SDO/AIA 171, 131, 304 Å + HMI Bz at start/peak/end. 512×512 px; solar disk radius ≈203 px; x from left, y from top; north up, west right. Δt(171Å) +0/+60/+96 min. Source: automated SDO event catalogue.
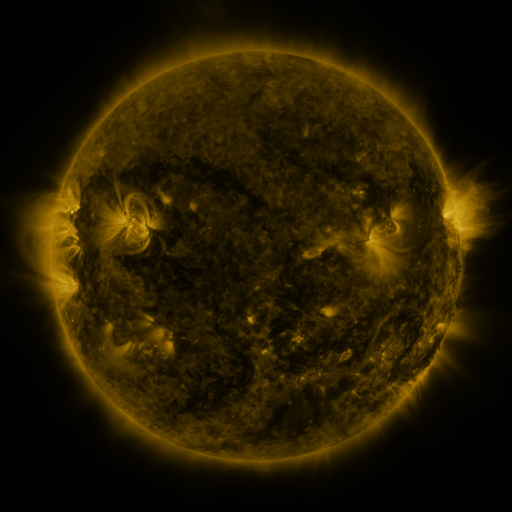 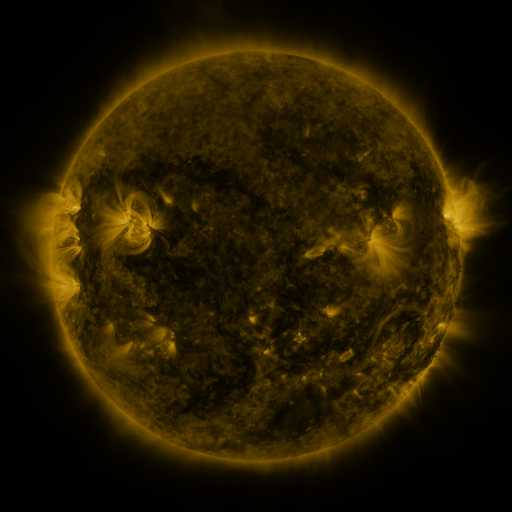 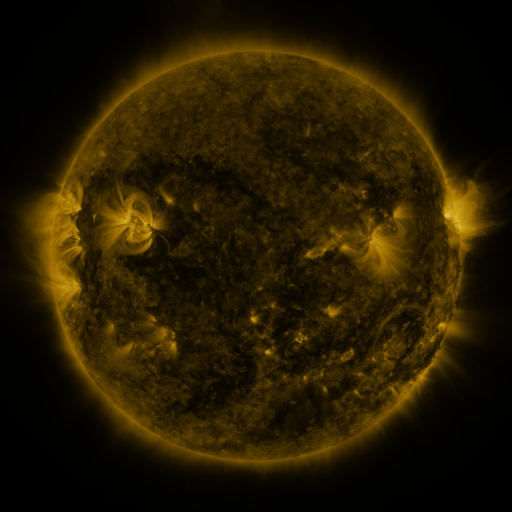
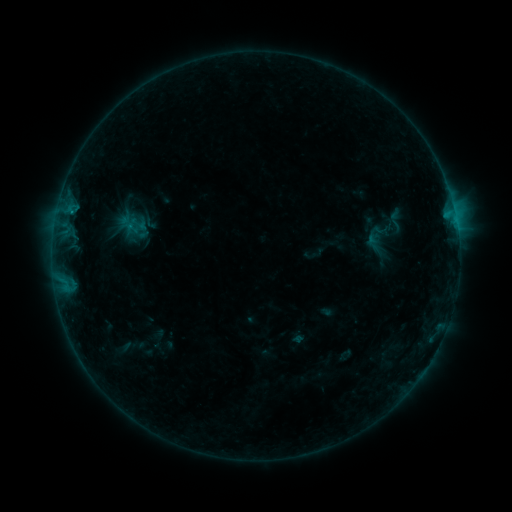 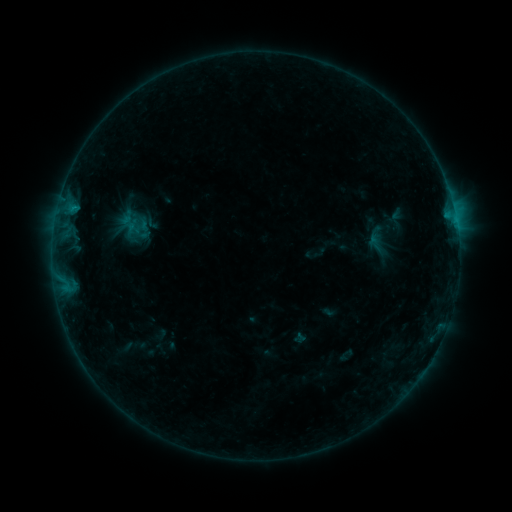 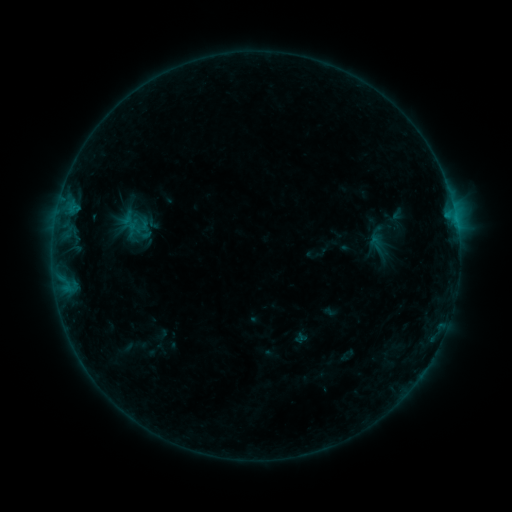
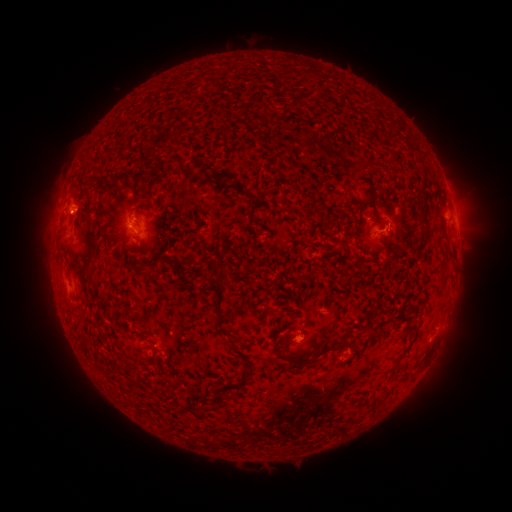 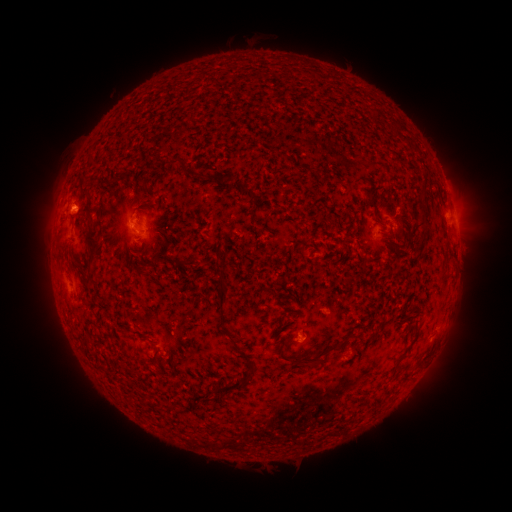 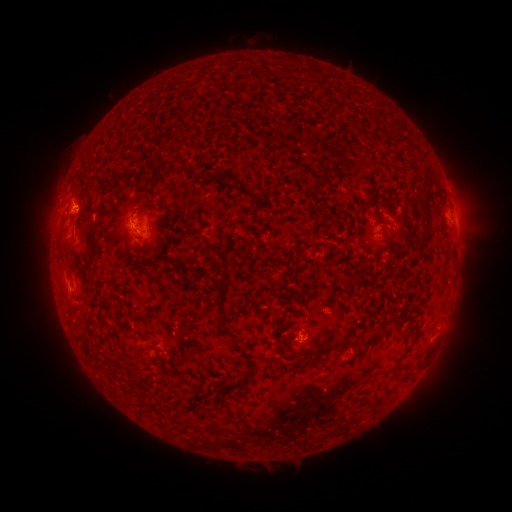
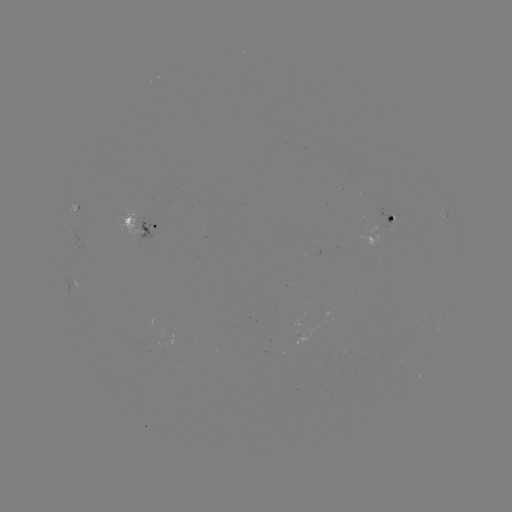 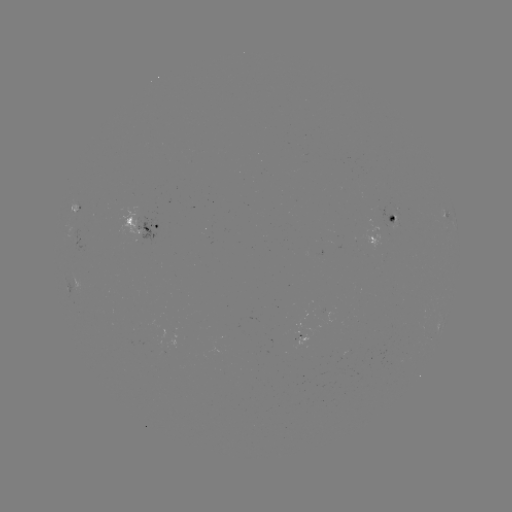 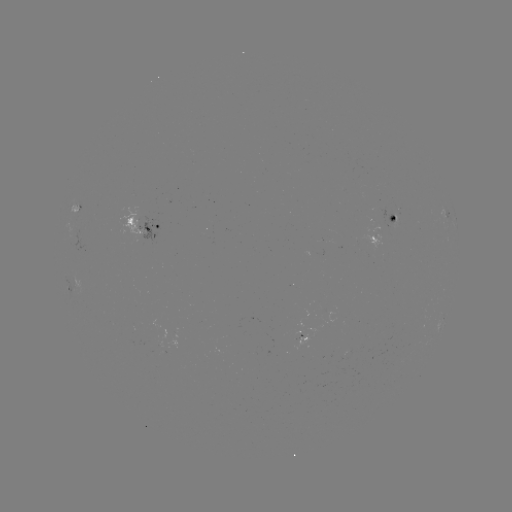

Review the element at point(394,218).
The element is emerging-flux region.